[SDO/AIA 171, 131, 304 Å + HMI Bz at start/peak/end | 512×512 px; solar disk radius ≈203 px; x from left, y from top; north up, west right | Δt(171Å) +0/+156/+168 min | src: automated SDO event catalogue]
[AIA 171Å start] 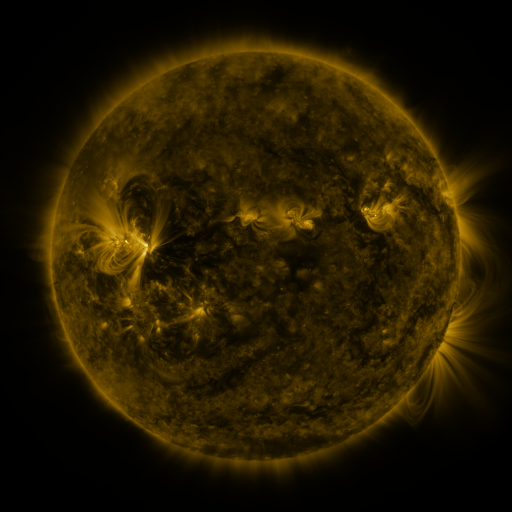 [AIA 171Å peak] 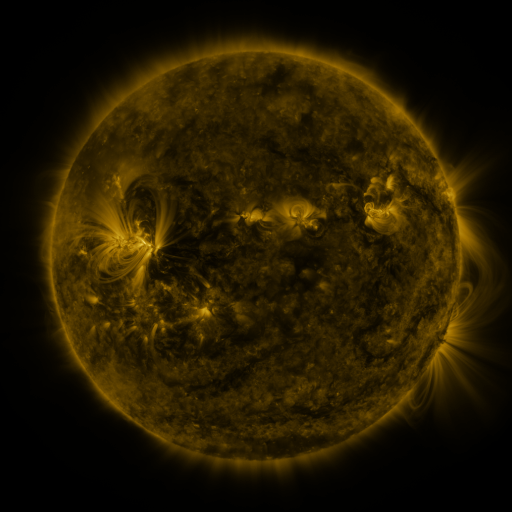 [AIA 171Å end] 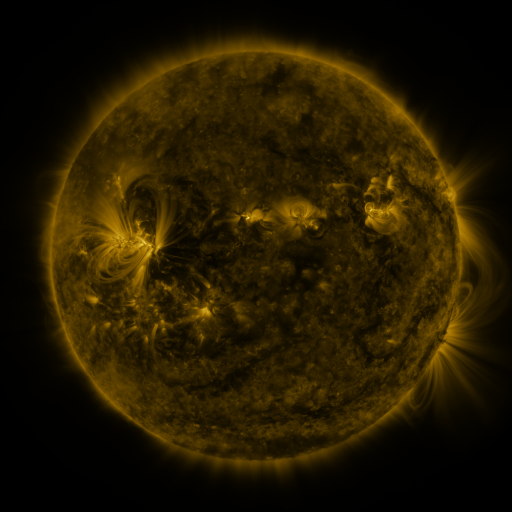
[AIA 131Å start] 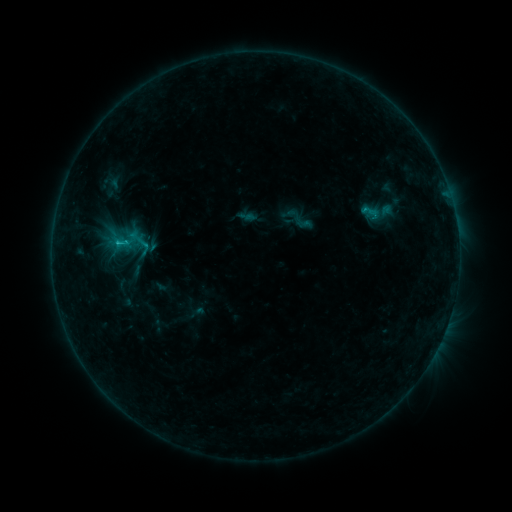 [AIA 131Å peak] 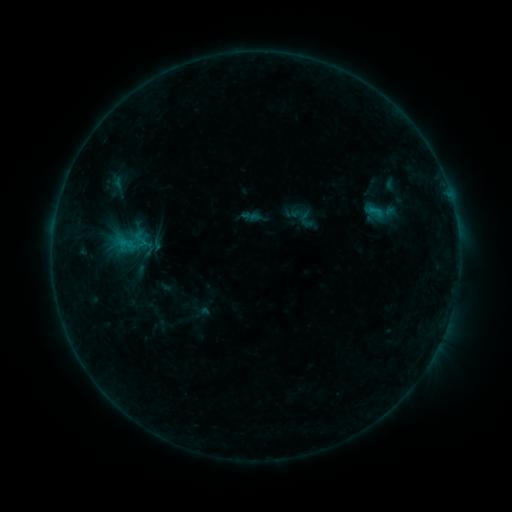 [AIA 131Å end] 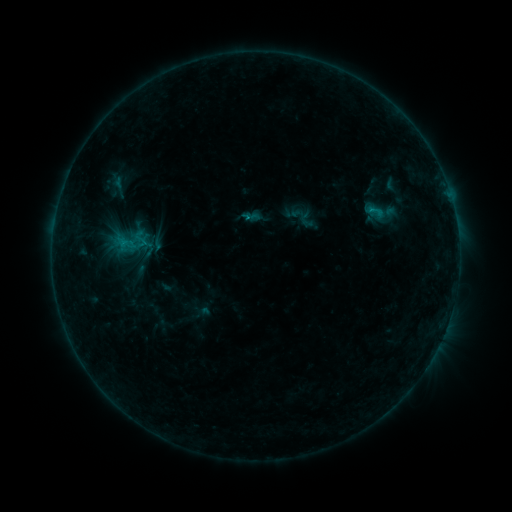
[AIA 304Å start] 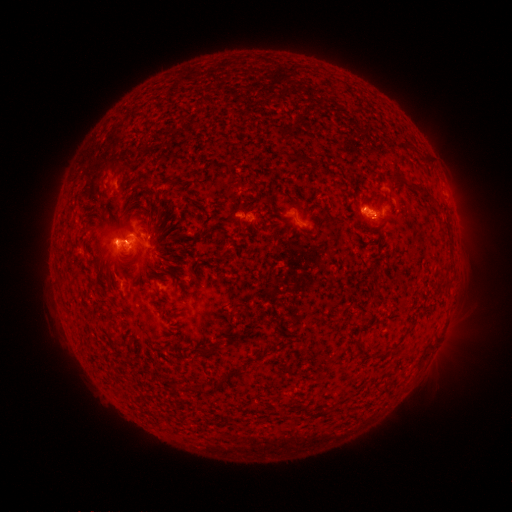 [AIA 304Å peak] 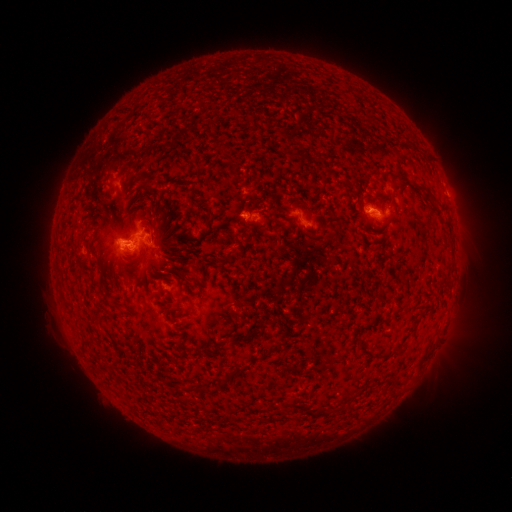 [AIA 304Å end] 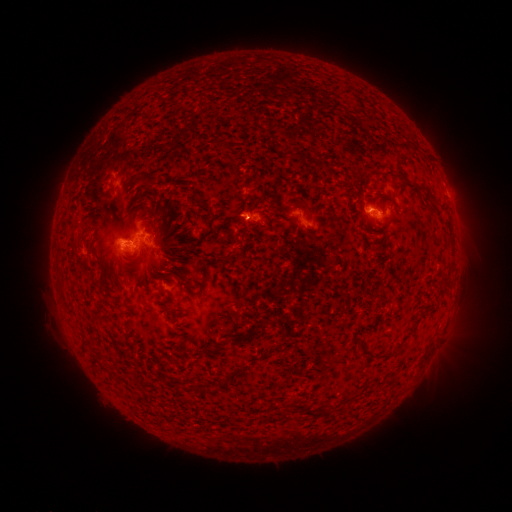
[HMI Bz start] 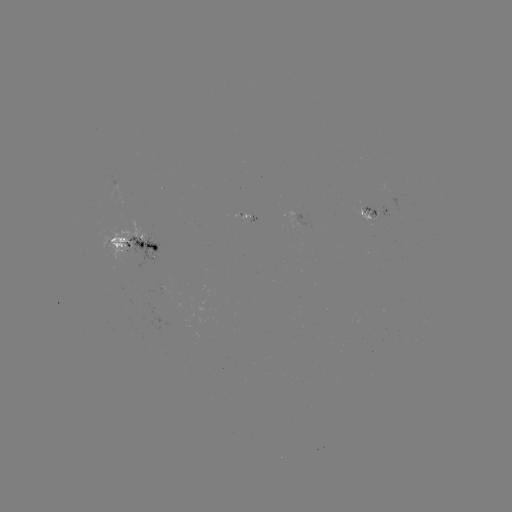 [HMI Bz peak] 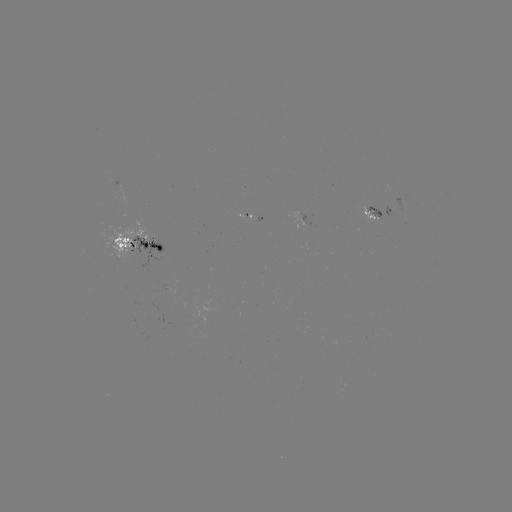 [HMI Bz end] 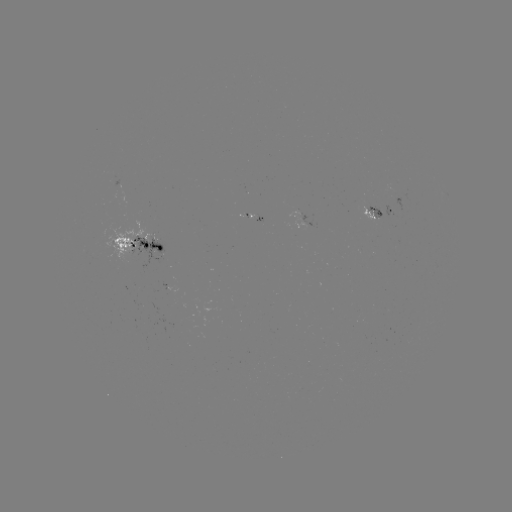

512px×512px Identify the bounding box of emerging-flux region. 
[364, 205, 383, 219].